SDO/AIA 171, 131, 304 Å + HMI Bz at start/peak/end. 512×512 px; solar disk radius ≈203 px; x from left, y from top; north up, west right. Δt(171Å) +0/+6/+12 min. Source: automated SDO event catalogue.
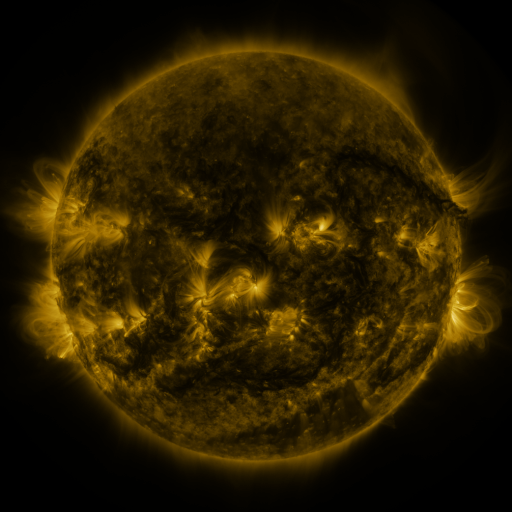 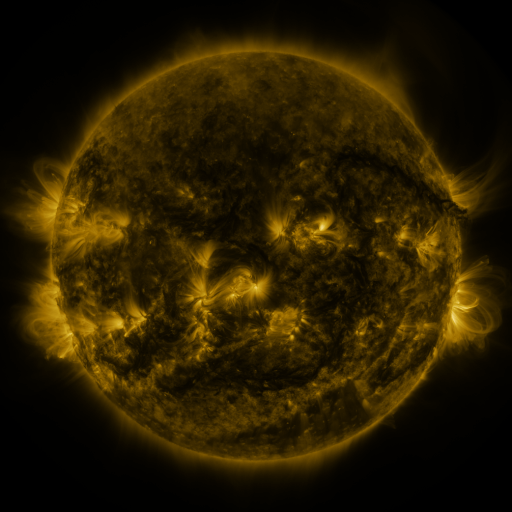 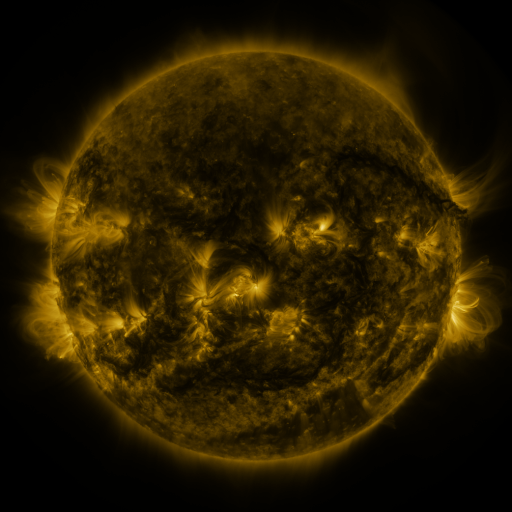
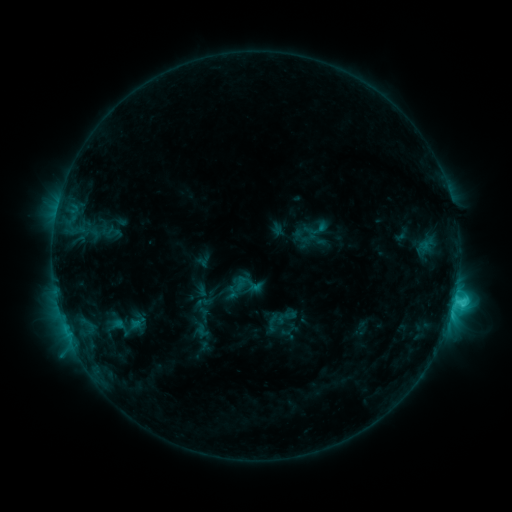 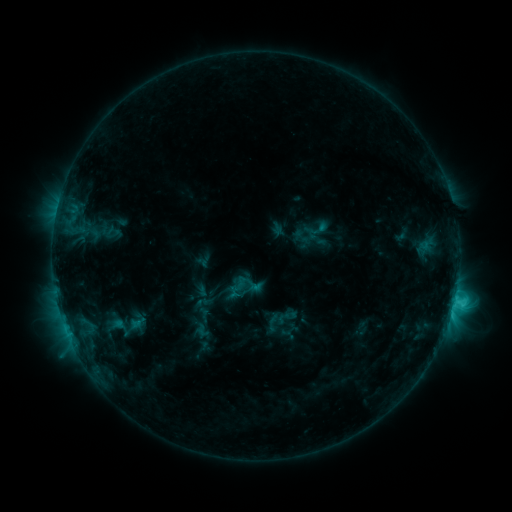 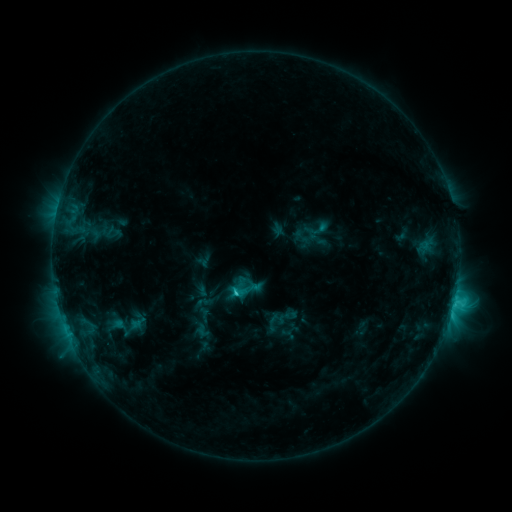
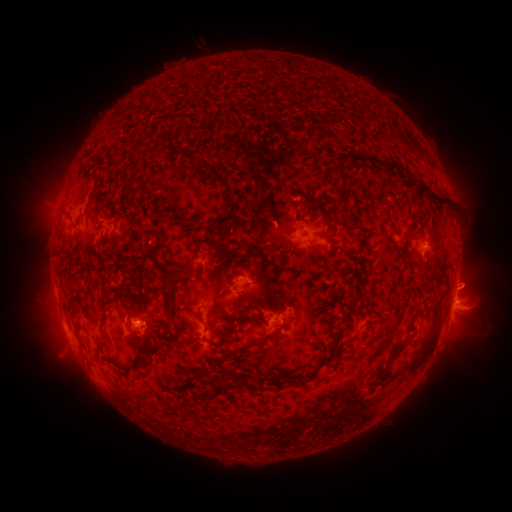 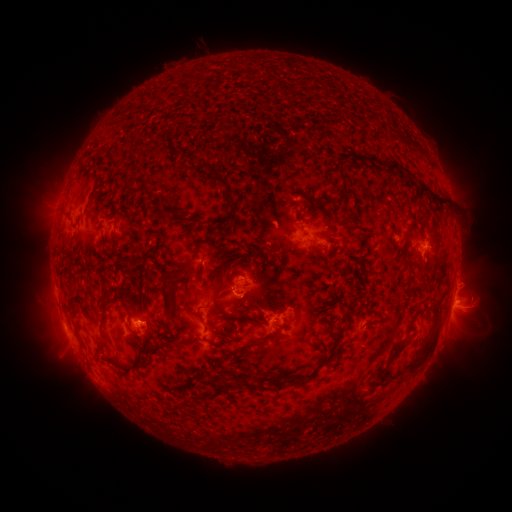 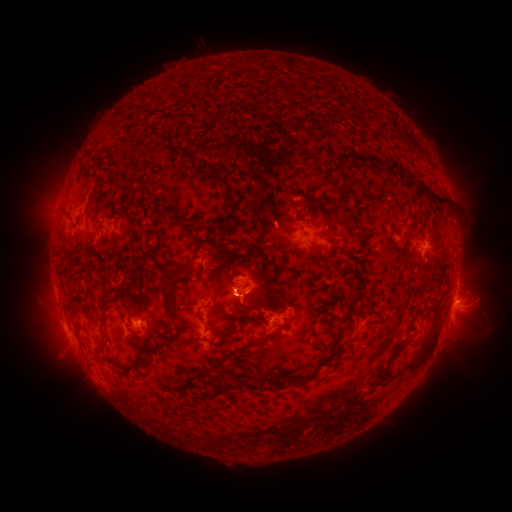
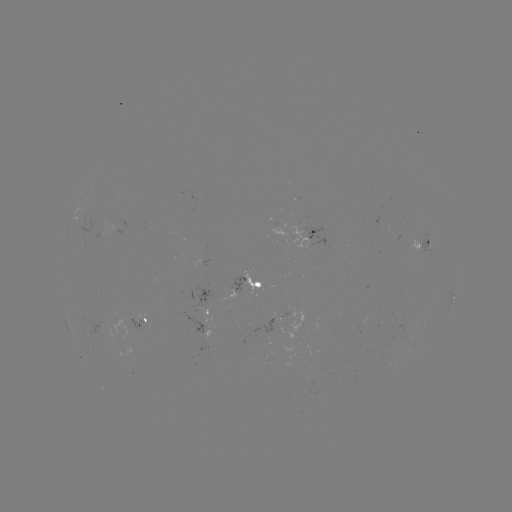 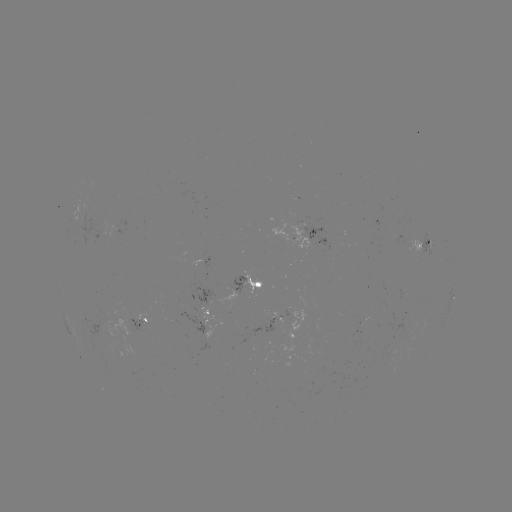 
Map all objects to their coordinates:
eruption: (242, 291)
